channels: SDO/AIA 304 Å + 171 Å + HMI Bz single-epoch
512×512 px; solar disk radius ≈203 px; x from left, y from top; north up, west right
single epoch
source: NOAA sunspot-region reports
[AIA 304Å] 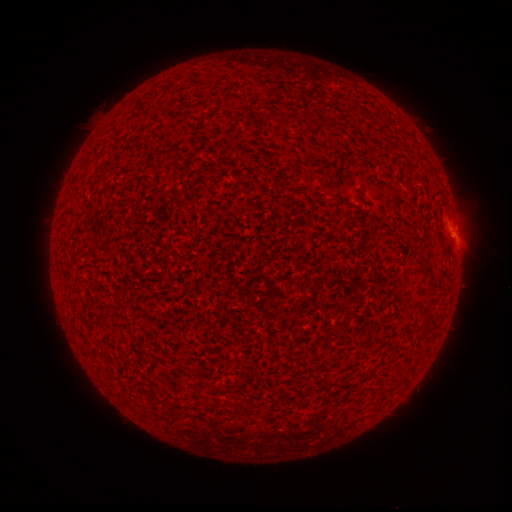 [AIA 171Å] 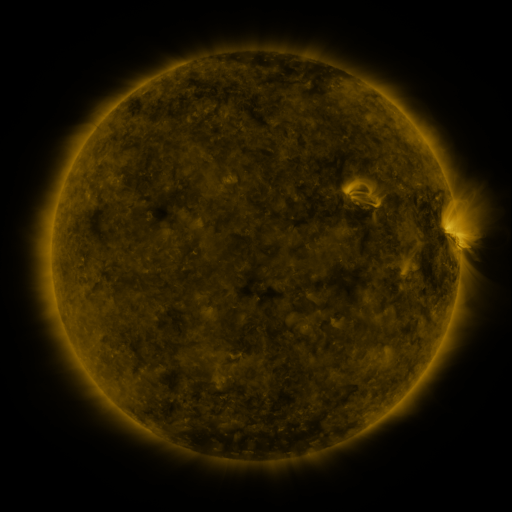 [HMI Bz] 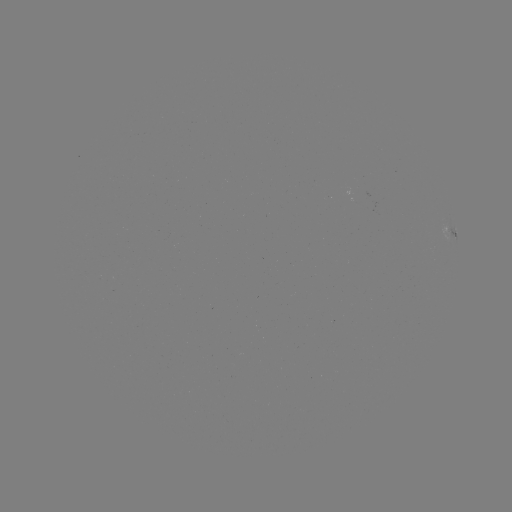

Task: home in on spotted active region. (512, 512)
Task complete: (452, 233).